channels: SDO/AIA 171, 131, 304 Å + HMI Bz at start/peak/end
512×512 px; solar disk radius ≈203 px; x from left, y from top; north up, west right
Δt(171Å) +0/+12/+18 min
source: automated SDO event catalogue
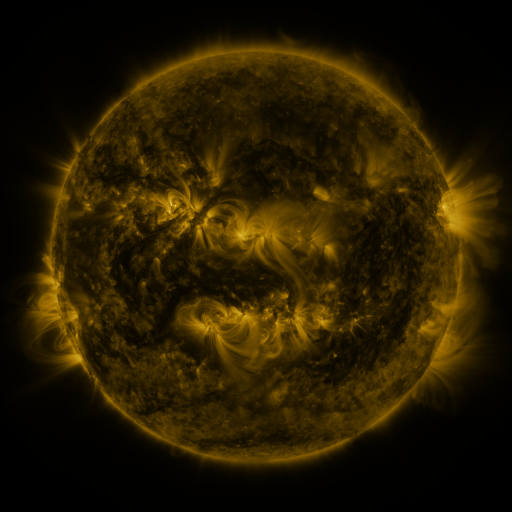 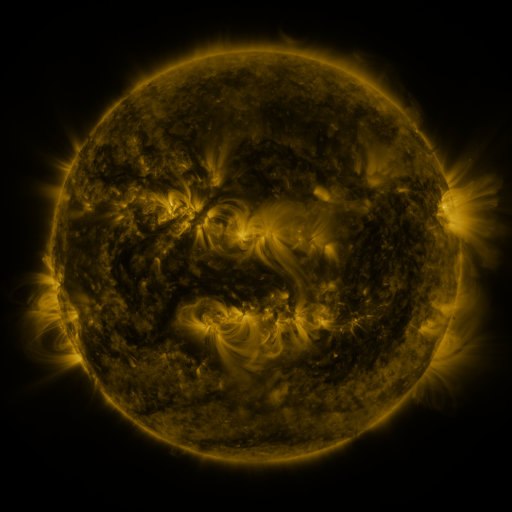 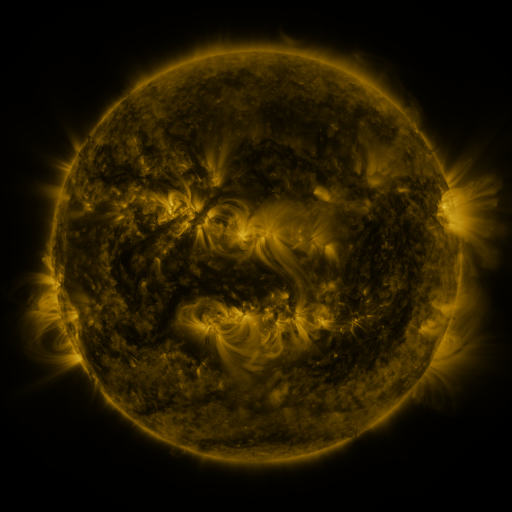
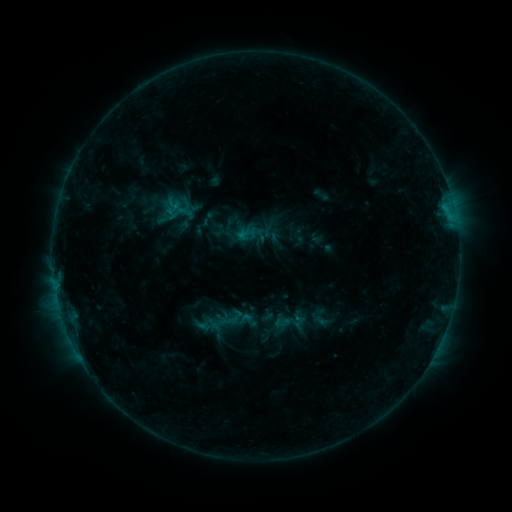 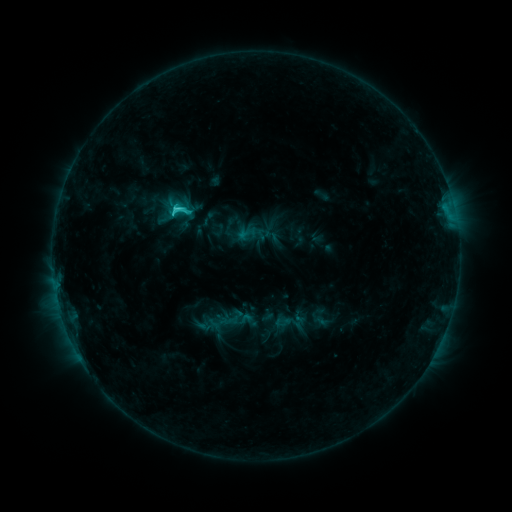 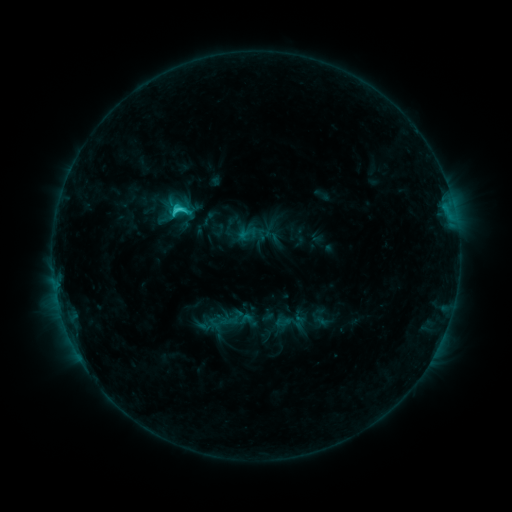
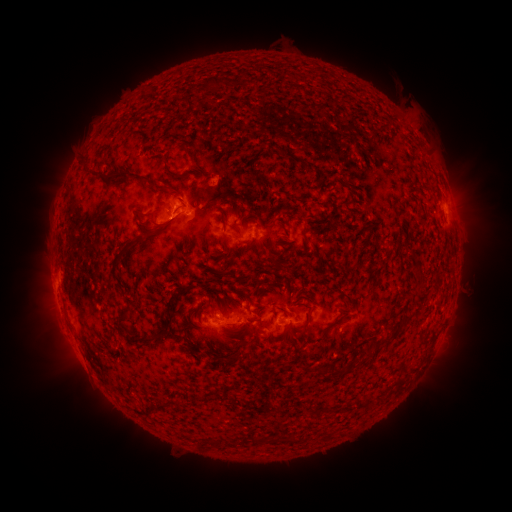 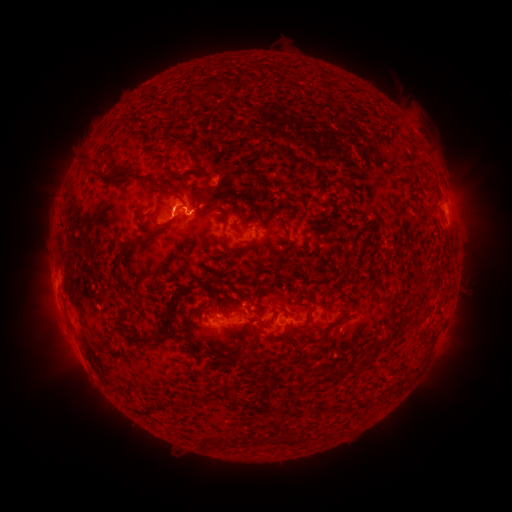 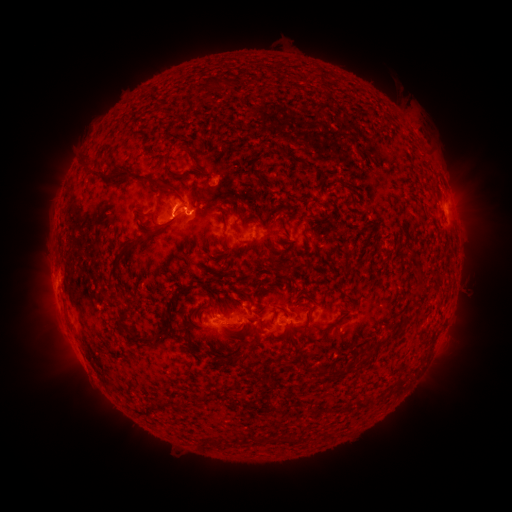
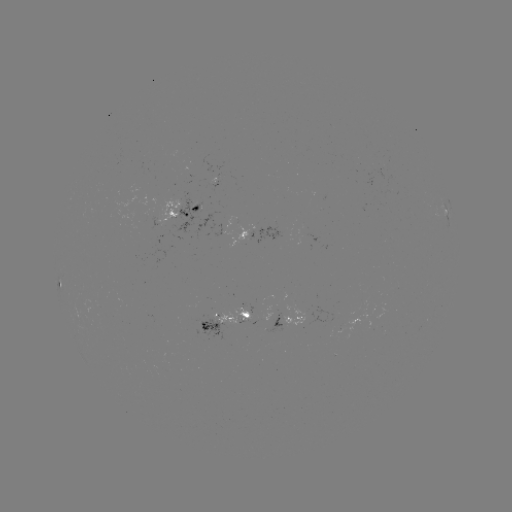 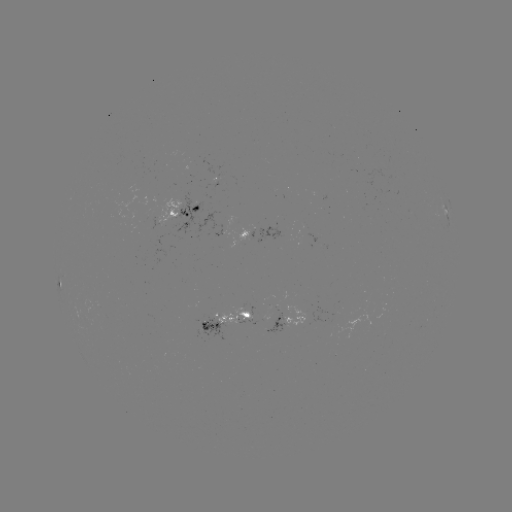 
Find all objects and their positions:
C2.1 flare: (177, 212)
